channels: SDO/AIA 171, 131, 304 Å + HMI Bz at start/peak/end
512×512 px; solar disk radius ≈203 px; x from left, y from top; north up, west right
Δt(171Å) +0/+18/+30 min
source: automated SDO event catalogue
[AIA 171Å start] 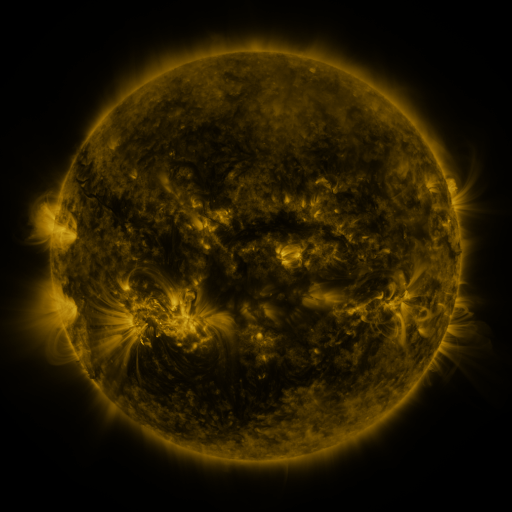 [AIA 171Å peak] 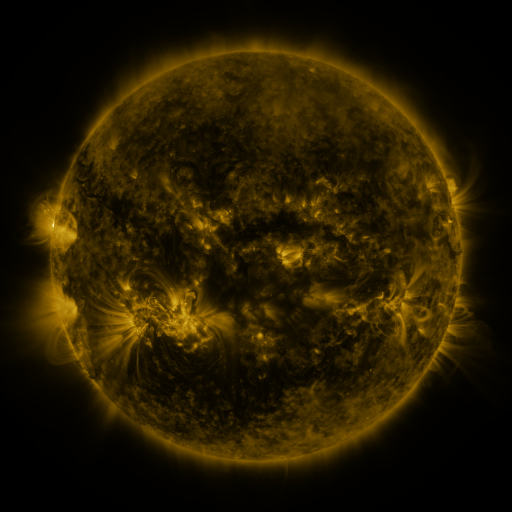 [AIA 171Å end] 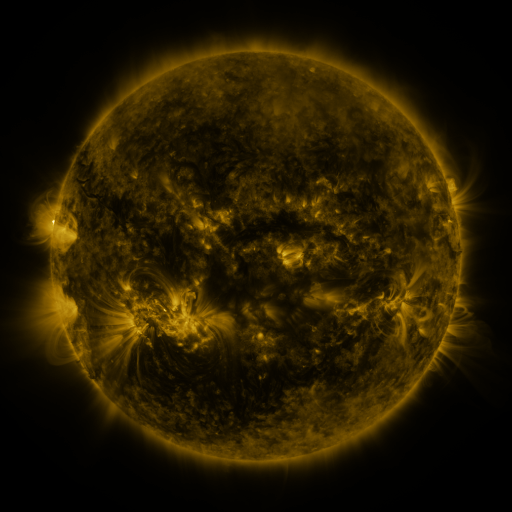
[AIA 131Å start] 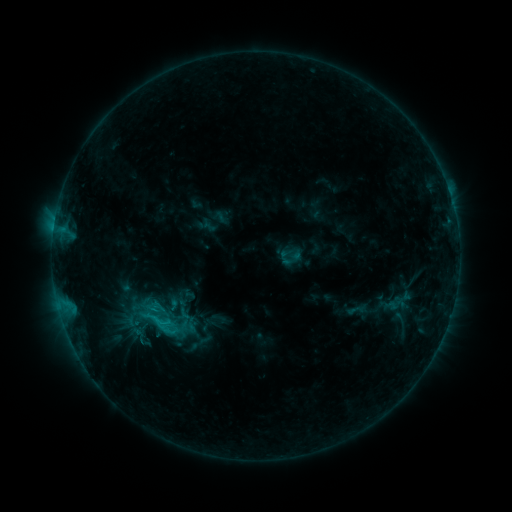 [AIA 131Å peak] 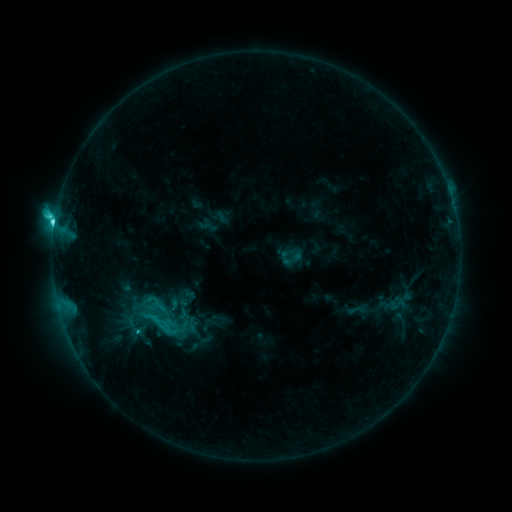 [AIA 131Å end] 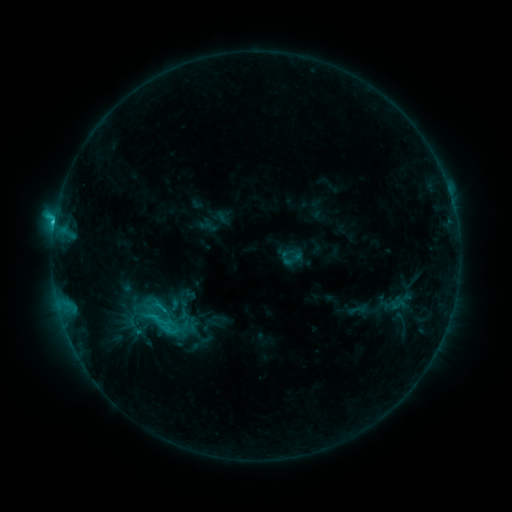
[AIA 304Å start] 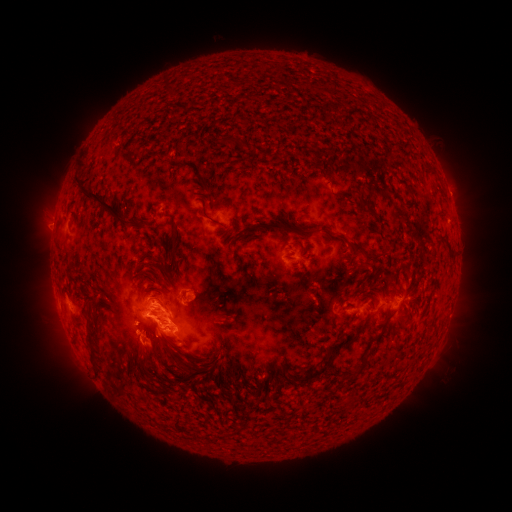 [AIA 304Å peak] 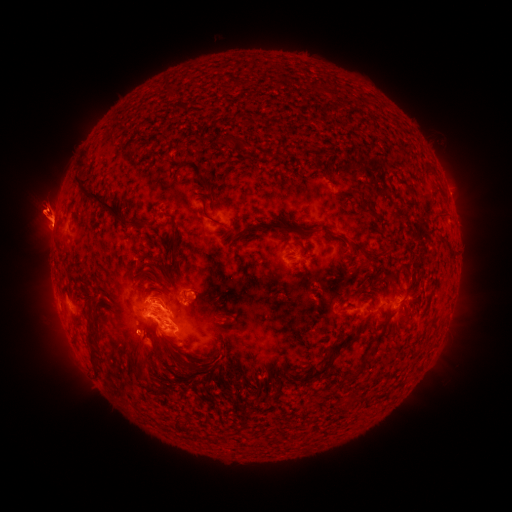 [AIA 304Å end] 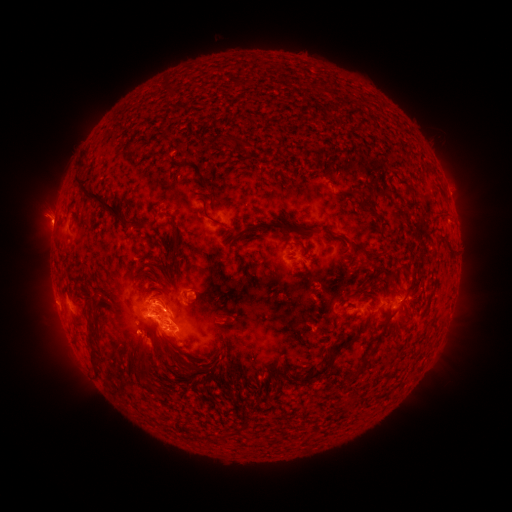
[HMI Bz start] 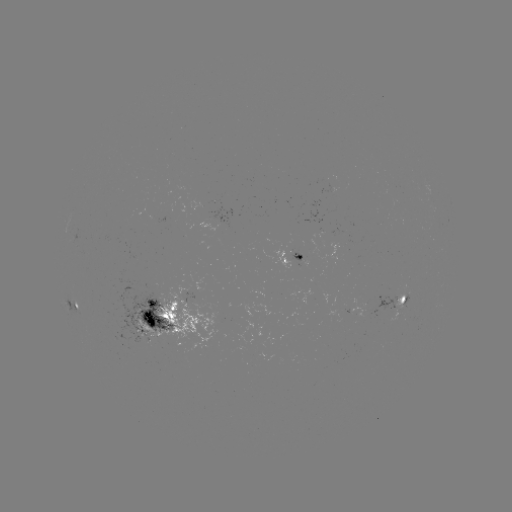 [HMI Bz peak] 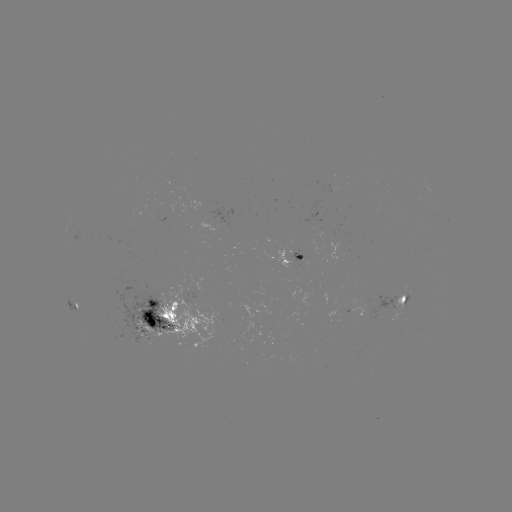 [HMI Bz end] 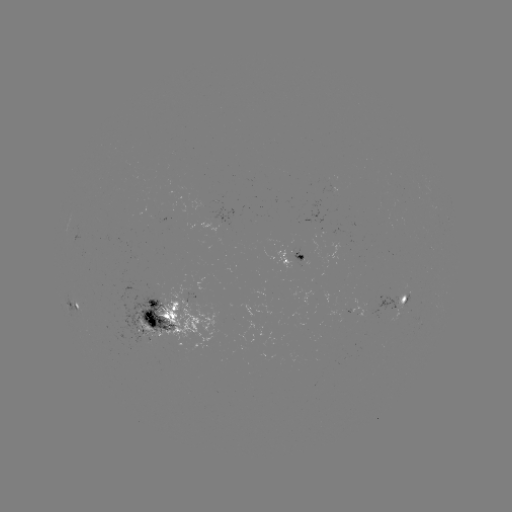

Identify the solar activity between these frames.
eruption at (44, 215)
